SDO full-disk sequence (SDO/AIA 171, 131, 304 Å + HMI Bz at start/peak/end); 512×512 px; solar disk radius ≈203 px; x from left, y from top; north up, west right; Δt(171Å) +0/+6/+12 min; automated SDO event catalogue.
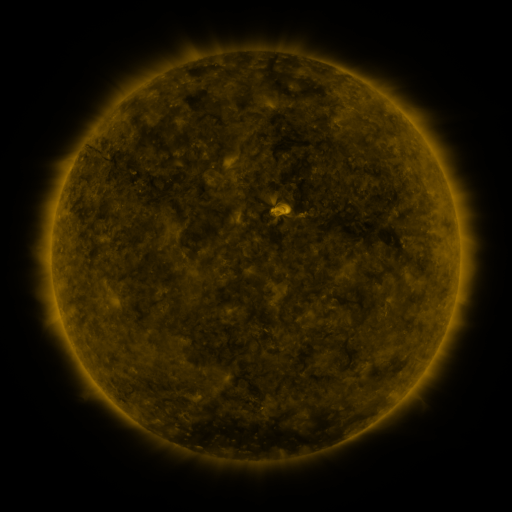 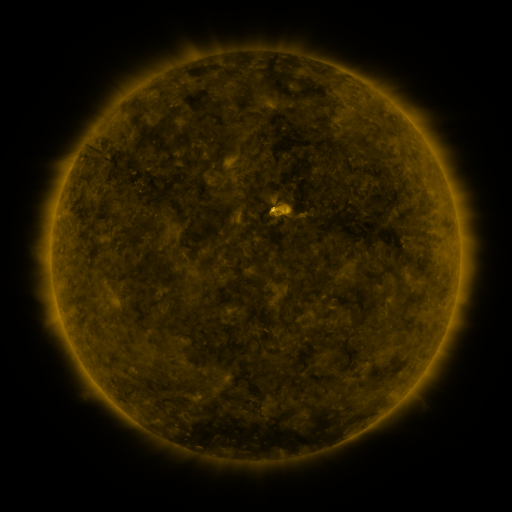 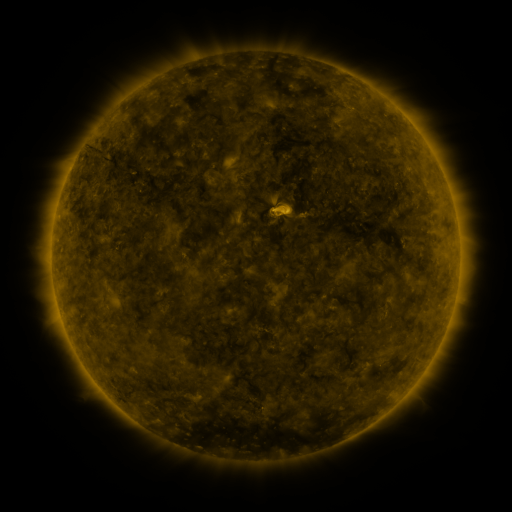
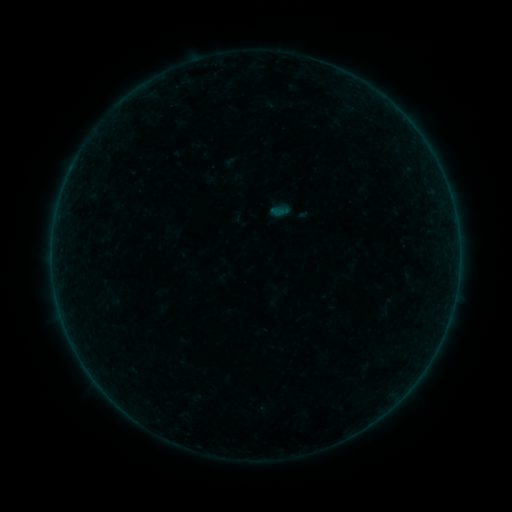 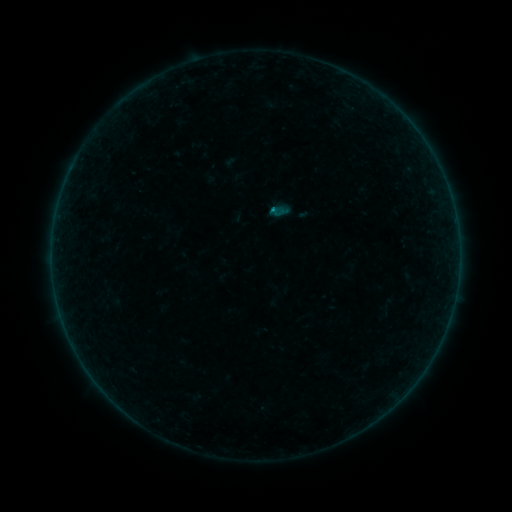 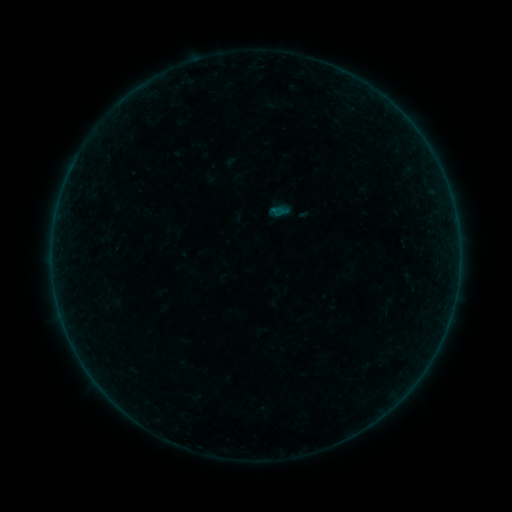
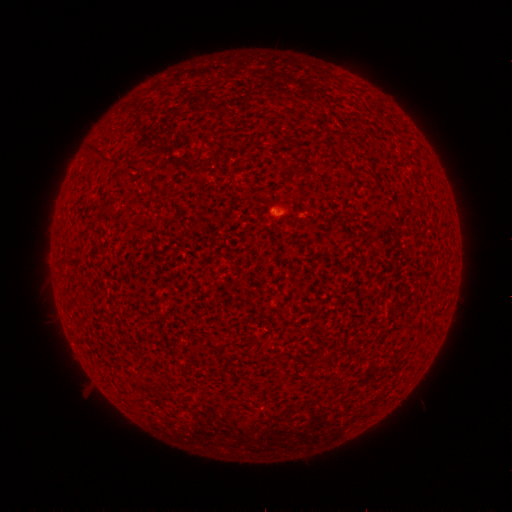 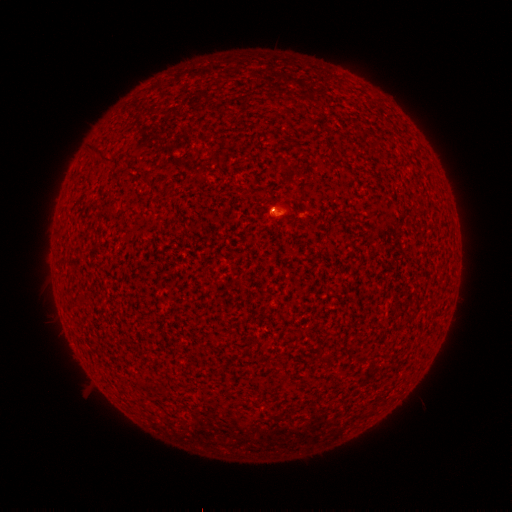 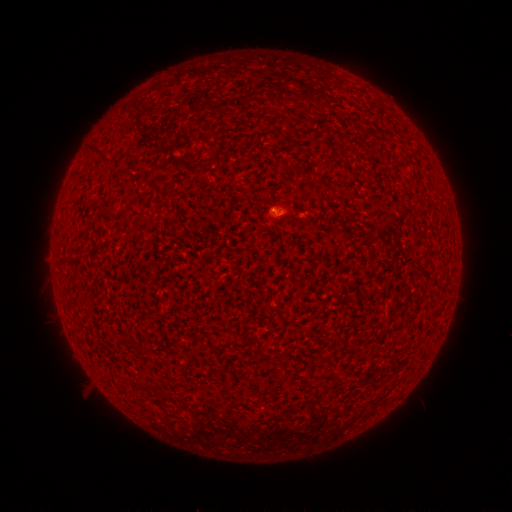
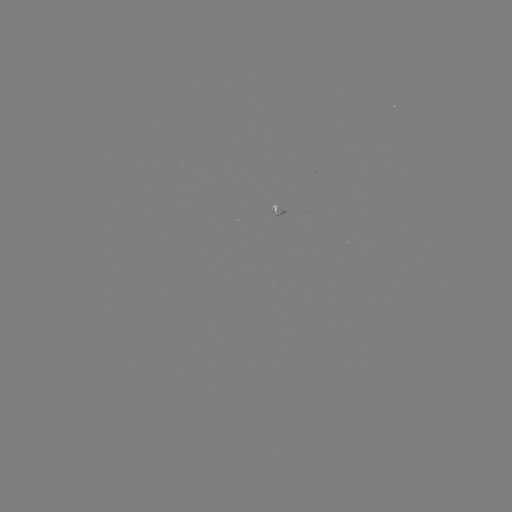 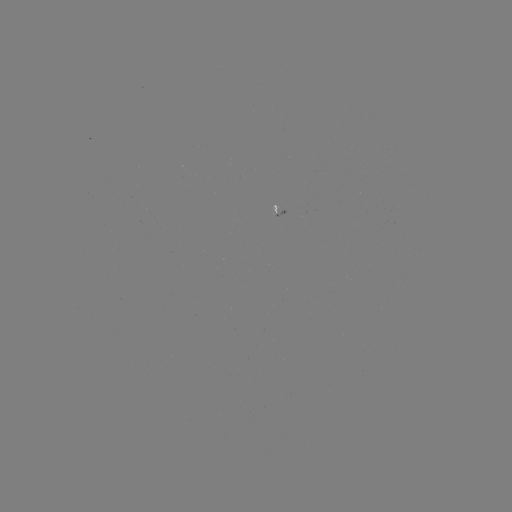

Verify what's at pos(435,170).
A9.2 flare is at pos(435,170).